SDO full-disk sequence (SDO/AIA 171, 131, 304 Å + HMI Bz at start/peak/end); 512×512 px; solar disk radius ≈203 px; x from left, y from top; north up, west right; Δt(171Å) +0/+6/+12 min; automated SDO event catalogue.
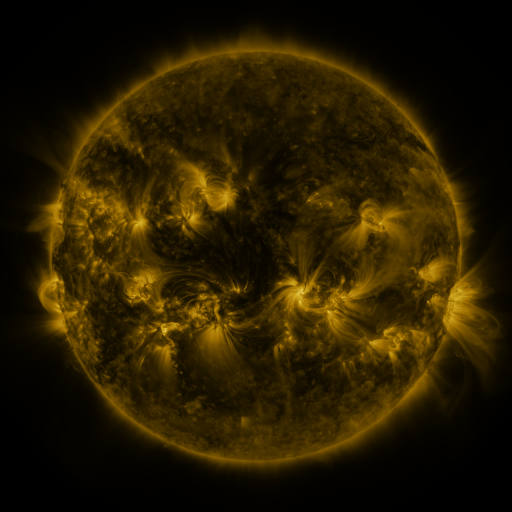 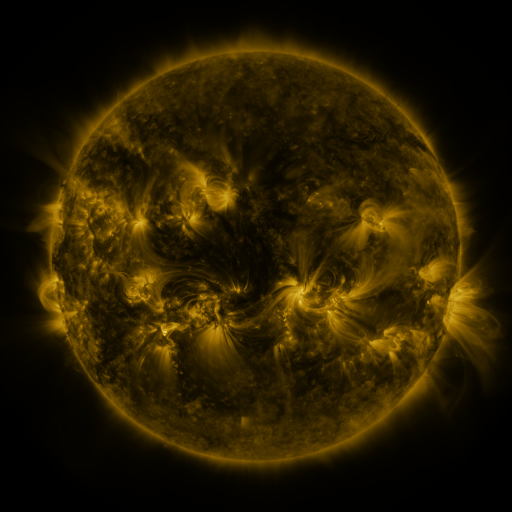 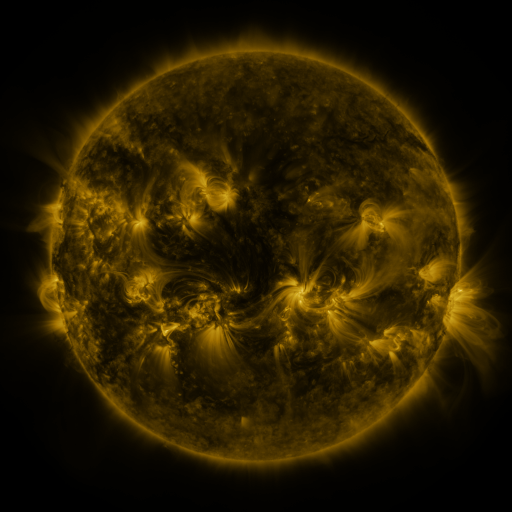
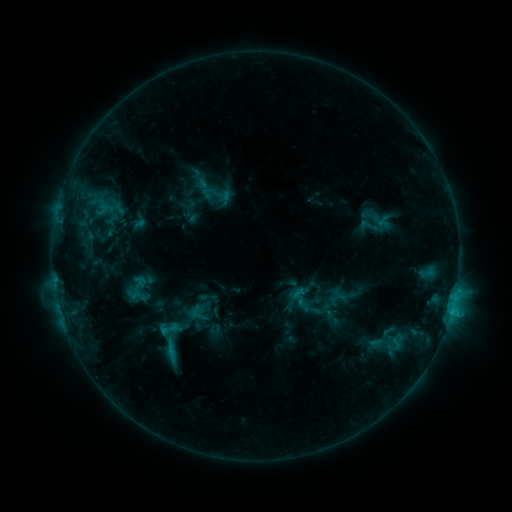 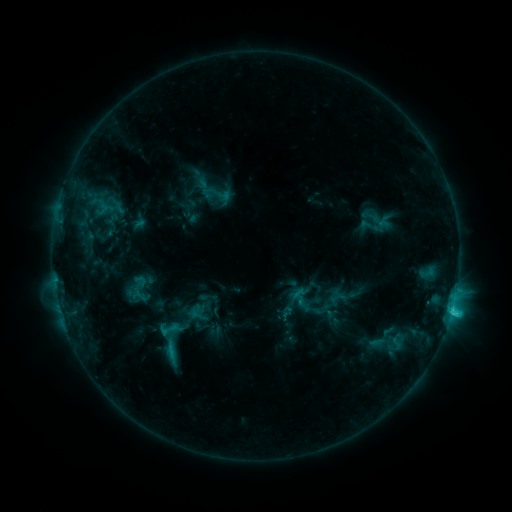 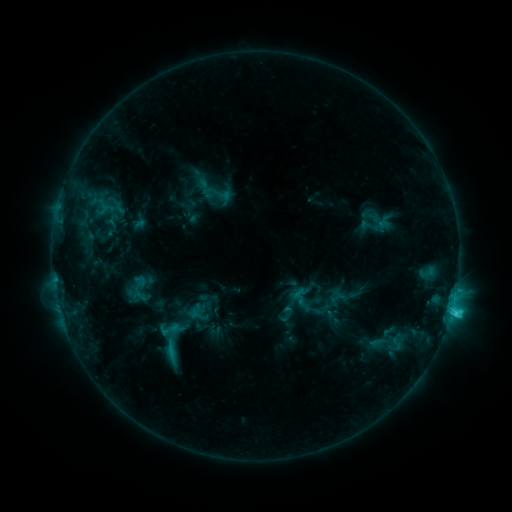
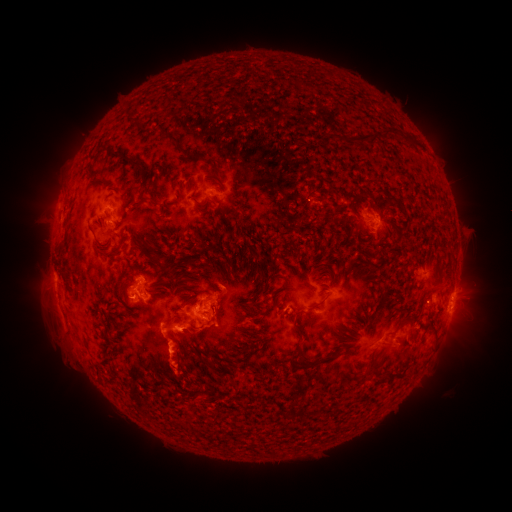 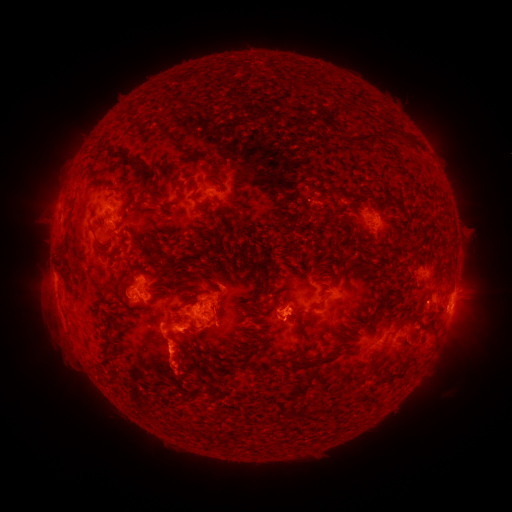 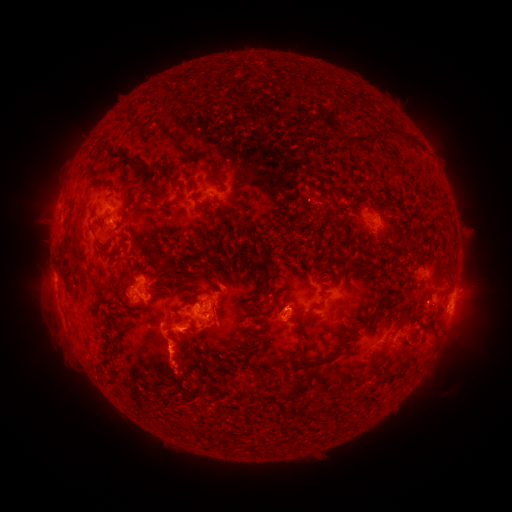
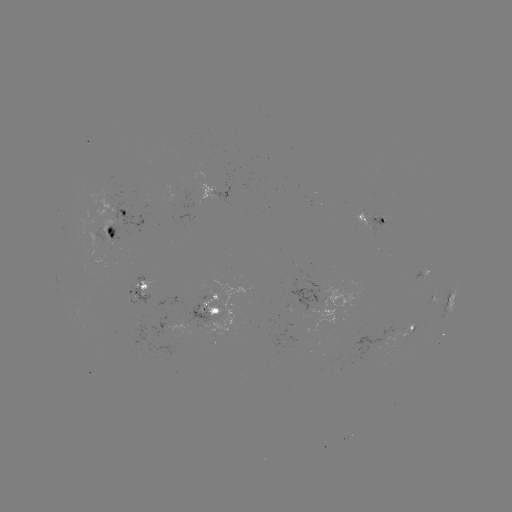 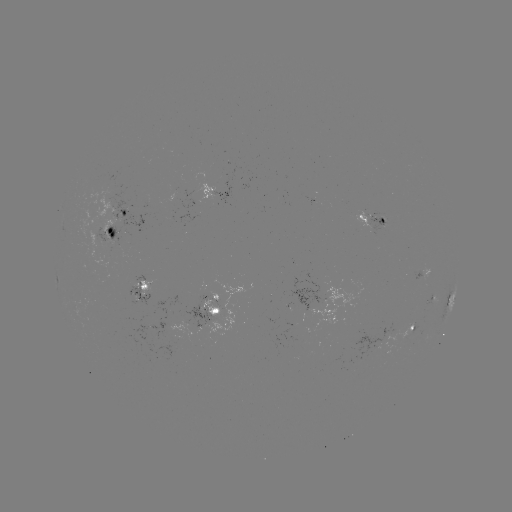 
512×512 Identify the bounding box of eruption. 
[253, 270, 312, 351].